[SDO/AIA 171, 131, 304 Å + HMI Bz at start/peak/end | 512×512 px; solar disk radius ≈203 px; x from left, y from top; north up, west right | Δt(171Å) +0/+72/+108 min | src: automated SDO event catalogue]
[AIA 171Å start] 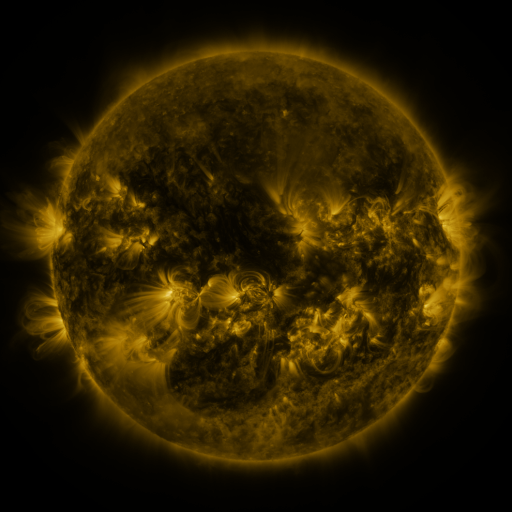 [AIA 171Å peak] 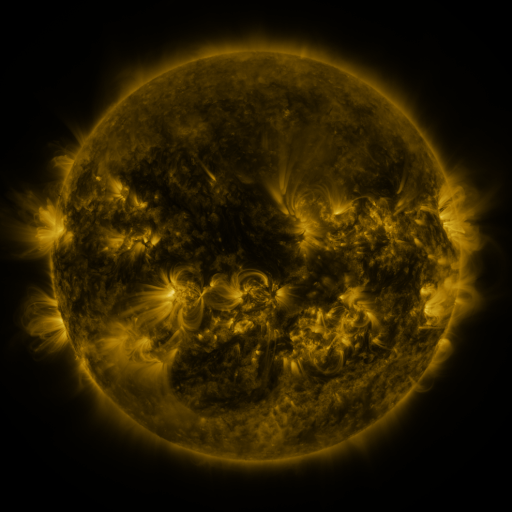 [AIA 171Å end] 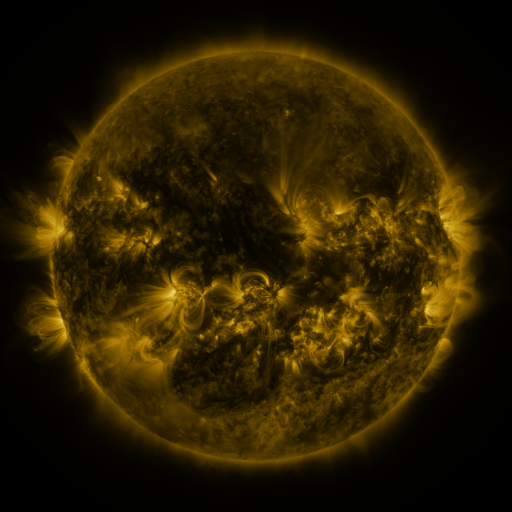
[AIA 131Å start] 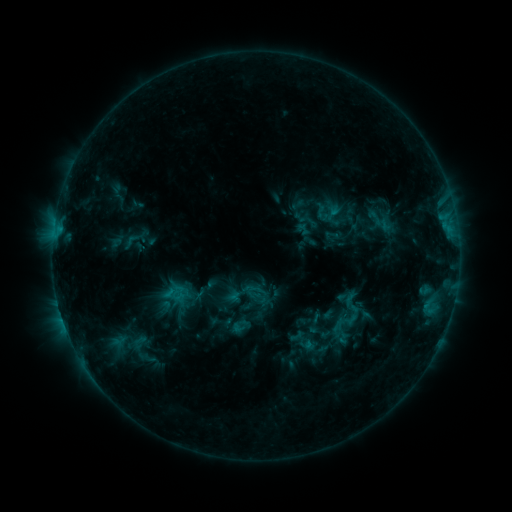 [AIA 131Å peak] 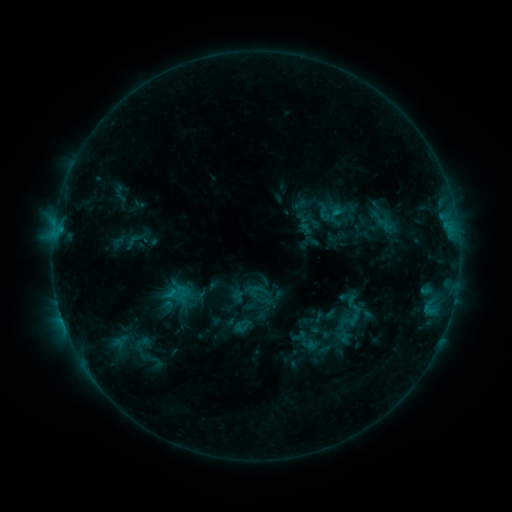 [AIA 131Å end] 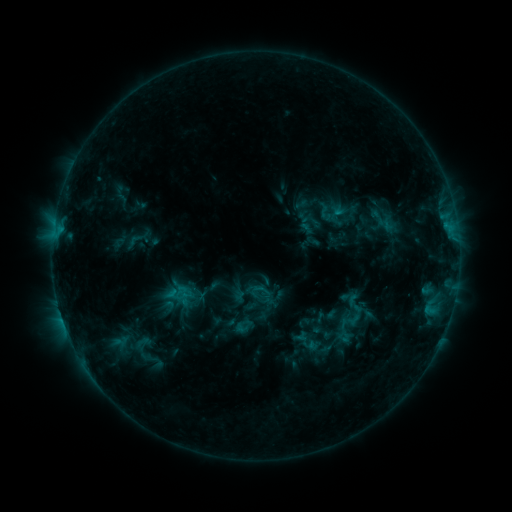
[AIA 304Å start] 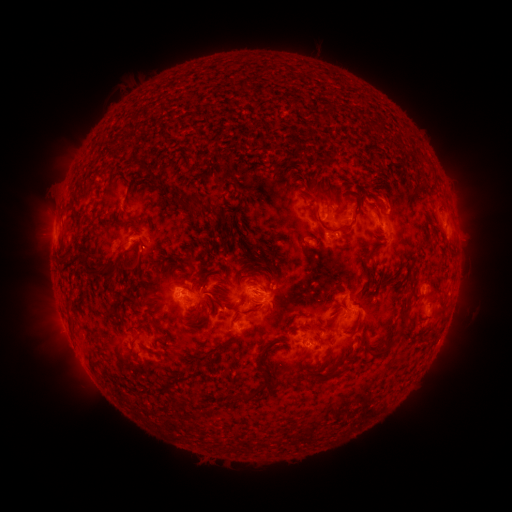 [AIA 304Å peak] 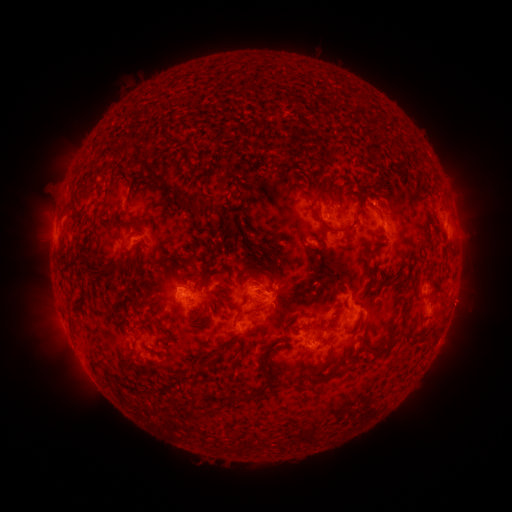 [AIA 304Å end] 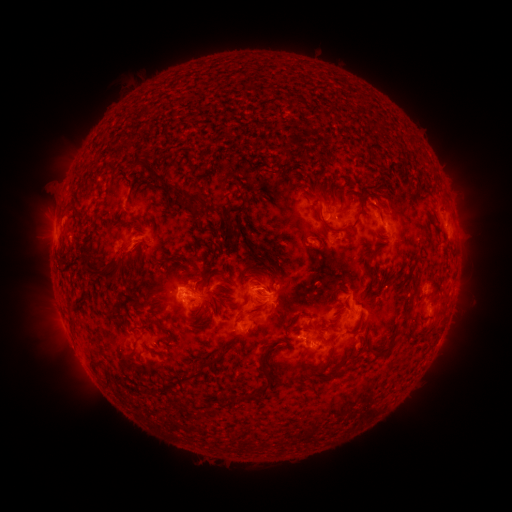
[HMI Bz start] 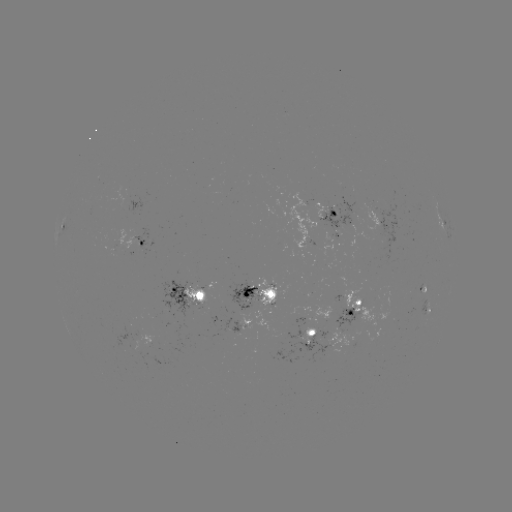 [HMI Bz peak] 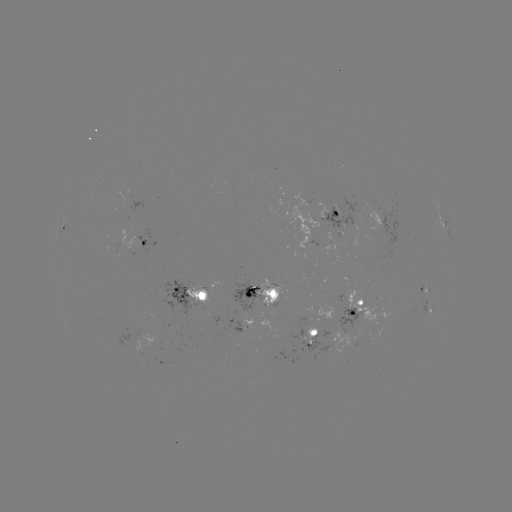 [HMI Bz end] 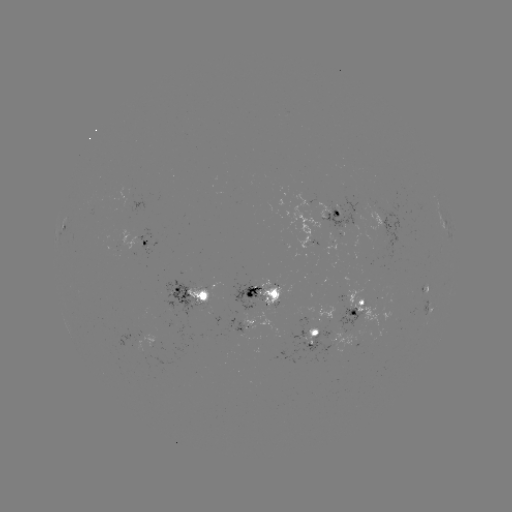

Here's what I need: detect emerging-flux region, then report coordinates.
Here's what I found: emerging-flux region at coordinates (323, 348).